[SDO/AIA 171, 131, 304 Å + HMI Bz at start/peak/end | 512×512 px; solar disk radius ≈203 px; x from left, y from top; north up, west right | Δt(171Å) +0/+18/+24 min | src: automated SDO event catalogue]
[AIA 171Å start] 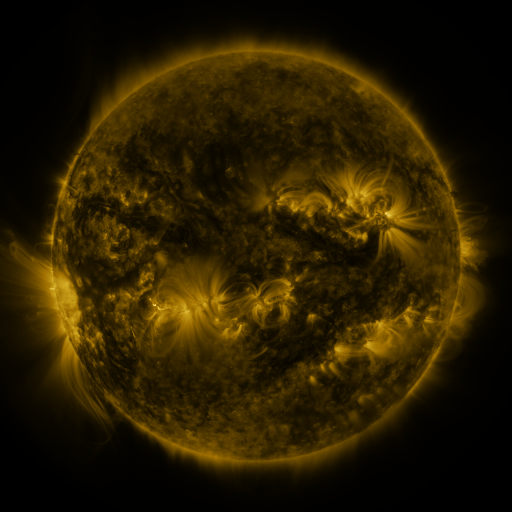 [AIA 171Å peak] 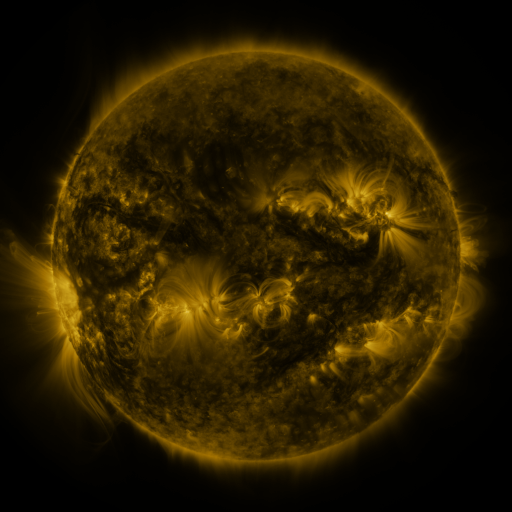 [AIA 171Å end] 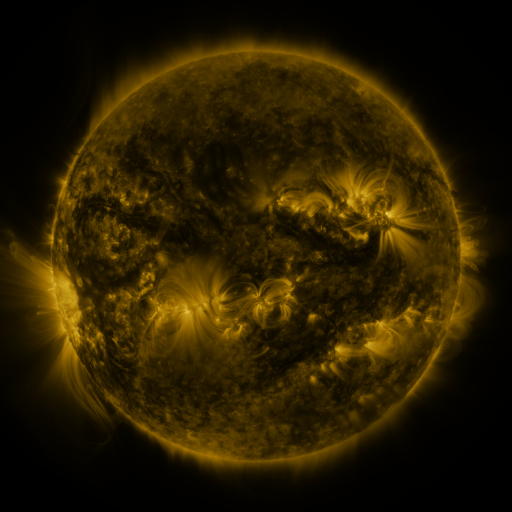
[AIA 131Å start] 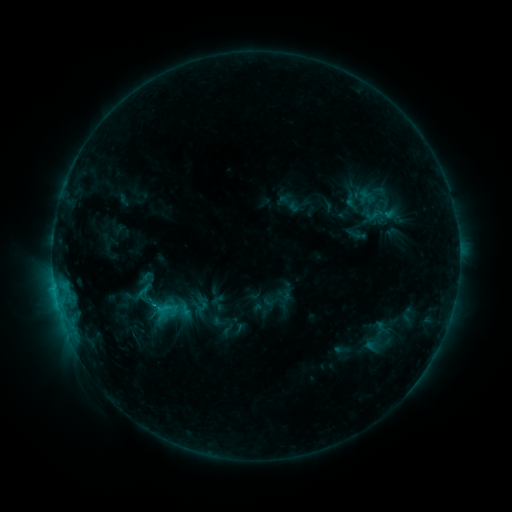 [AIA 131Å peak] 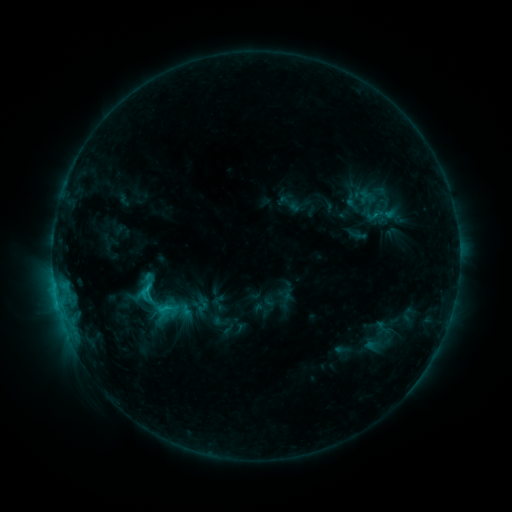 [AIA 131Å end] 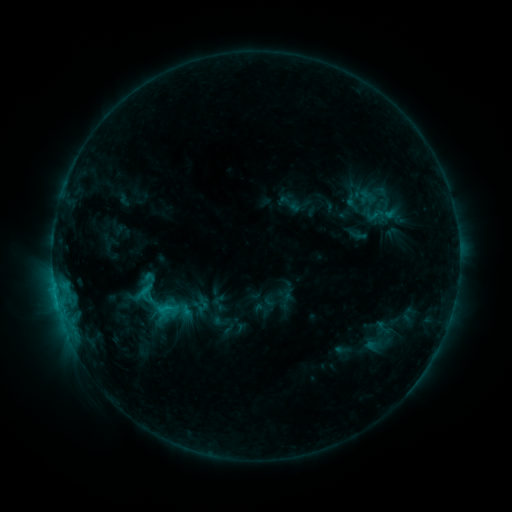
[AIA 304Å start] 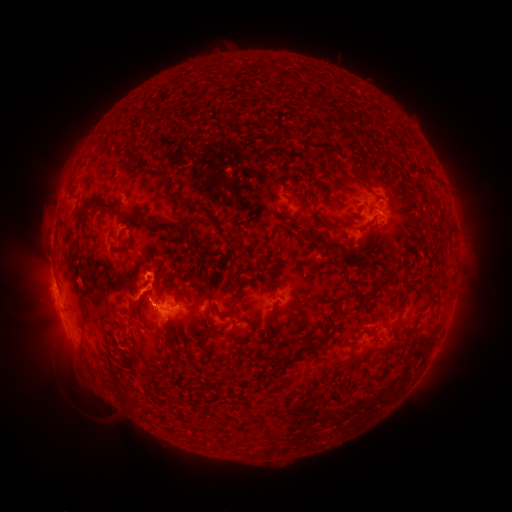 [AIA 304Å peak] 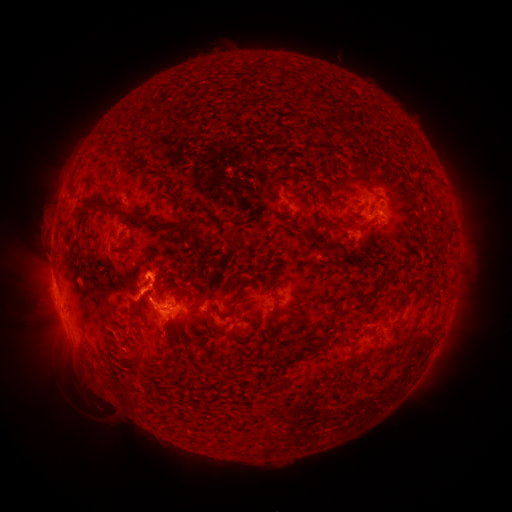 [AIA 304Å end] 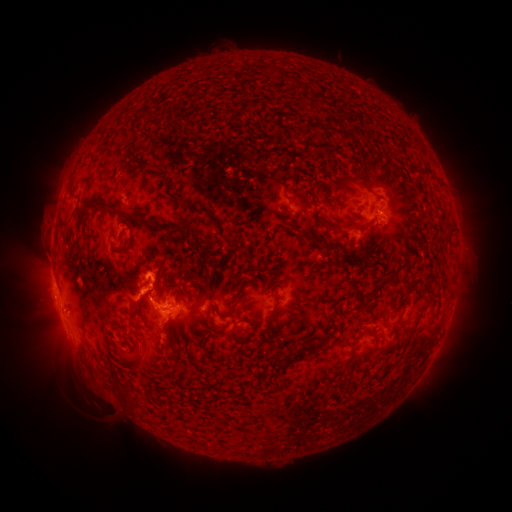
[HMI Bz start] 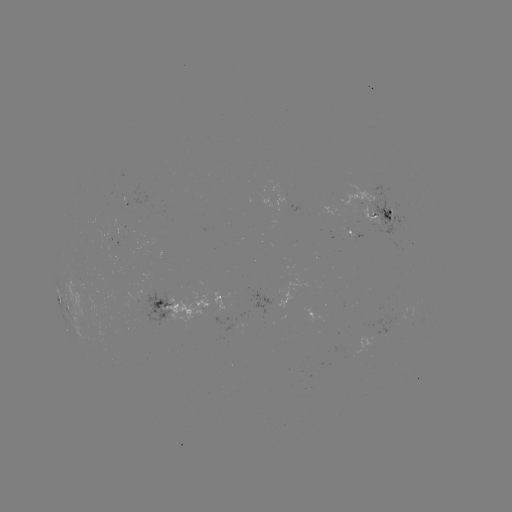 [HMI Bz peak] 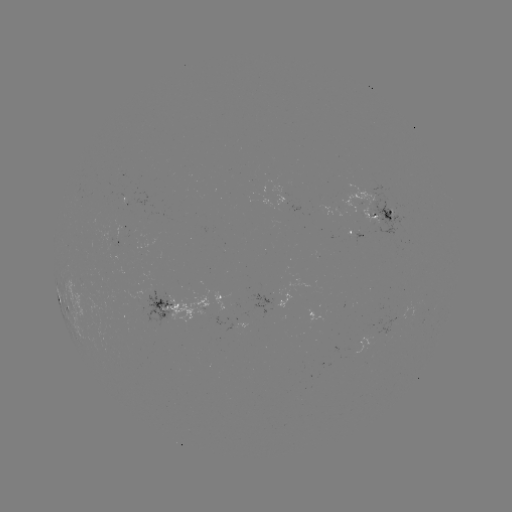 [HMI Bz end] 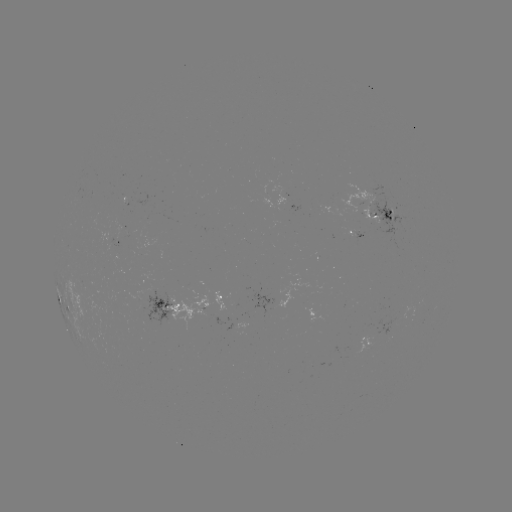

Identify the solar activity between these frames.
C2.2 flare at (148, 286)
